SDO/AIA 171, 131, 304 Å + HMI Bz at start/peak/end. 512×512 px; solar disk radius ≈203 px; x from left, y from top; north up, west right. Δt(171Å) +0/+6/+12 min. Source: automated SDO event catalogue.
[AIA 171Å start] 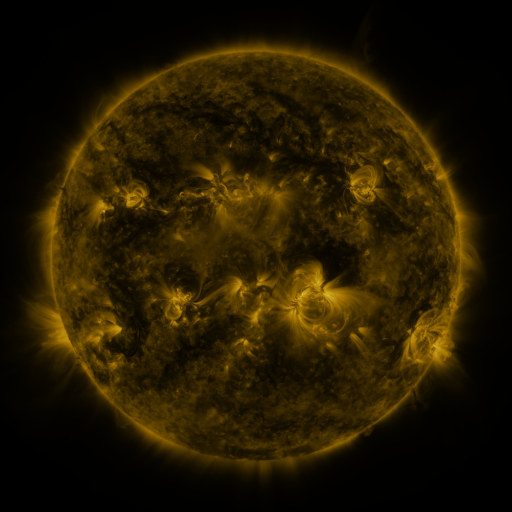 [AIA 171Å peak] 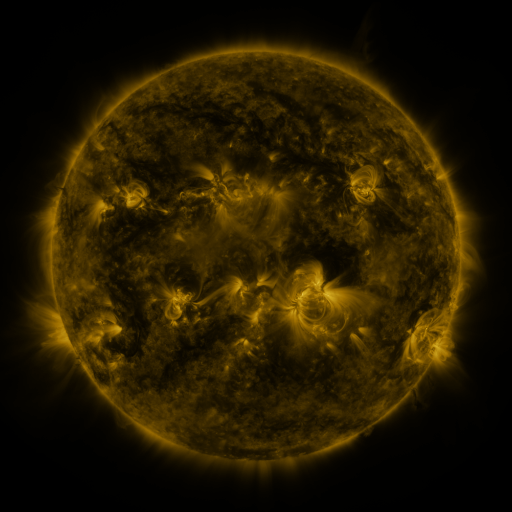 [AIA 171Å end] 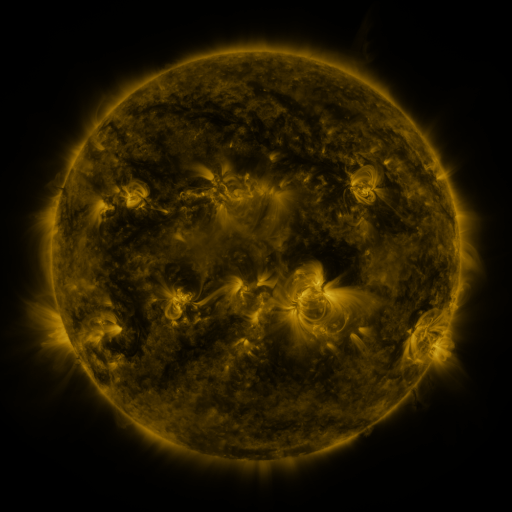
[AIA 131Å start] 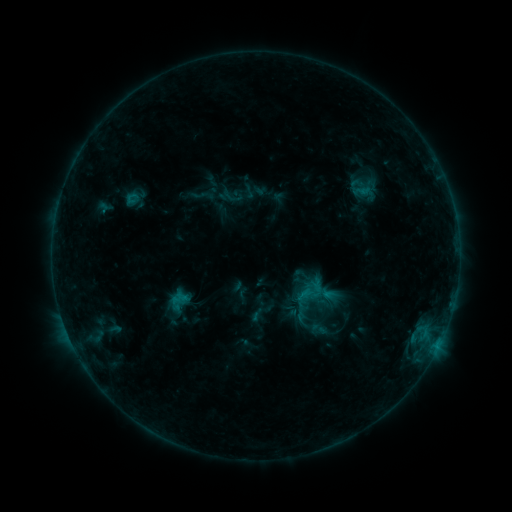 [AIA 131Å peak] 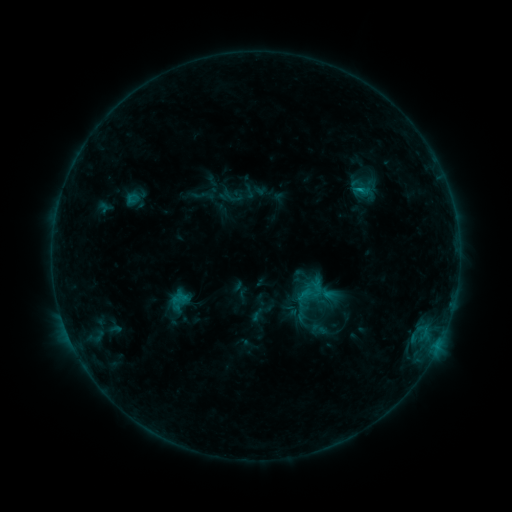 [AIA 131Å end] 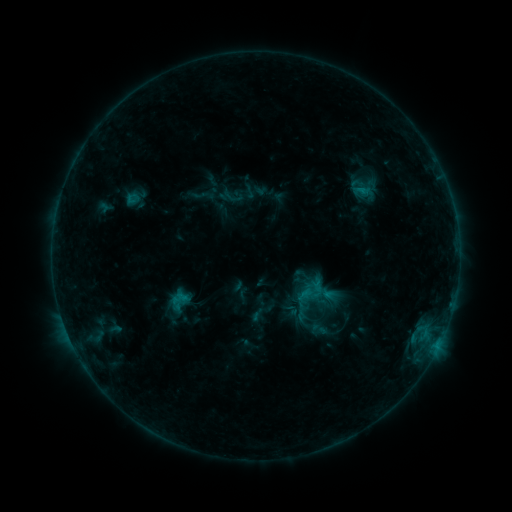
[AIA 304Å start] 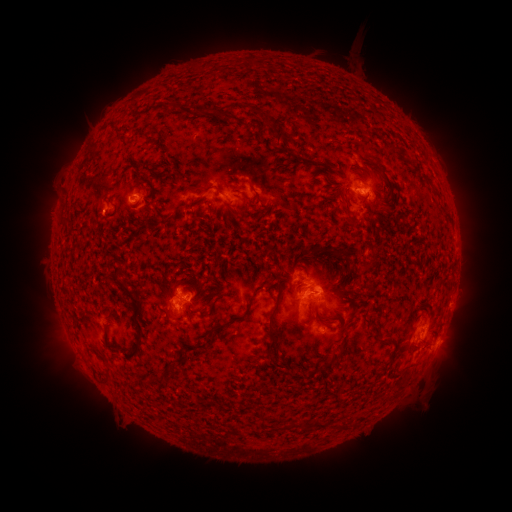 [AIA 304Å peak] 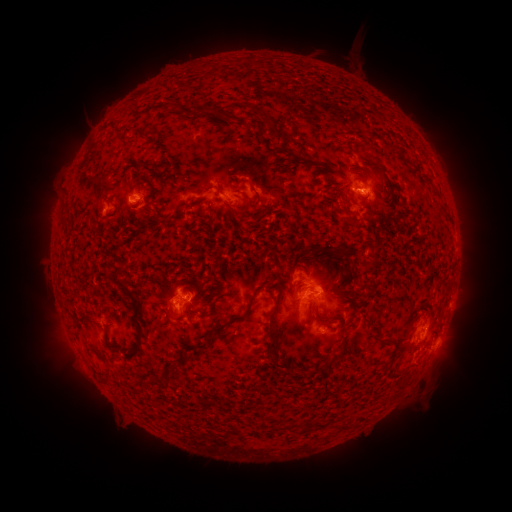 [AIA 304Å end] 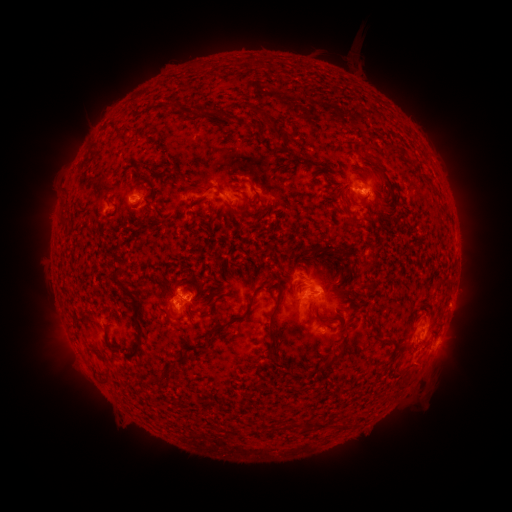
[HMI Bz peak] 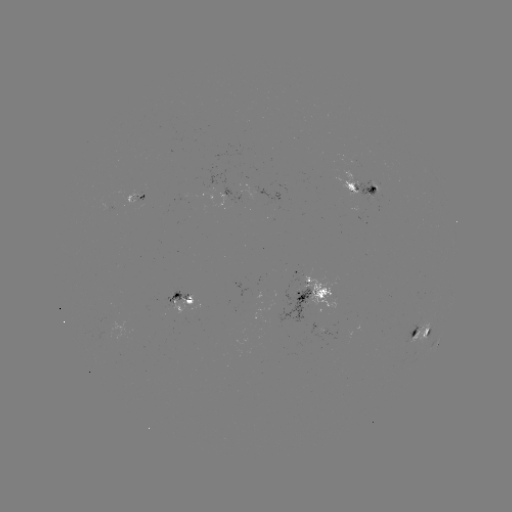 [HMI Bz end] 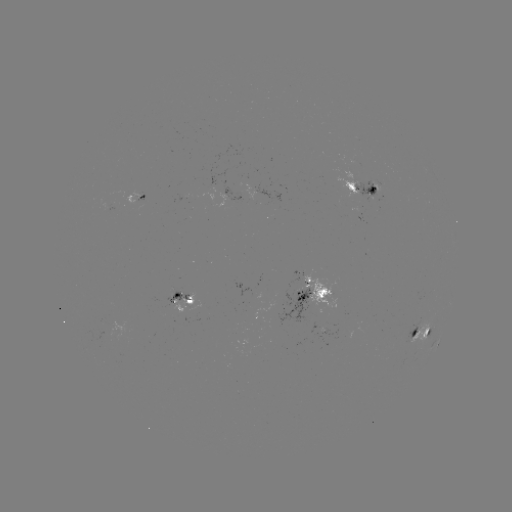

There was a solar flare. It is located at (357, 192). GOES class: B8.5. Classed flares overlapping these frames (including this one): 1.